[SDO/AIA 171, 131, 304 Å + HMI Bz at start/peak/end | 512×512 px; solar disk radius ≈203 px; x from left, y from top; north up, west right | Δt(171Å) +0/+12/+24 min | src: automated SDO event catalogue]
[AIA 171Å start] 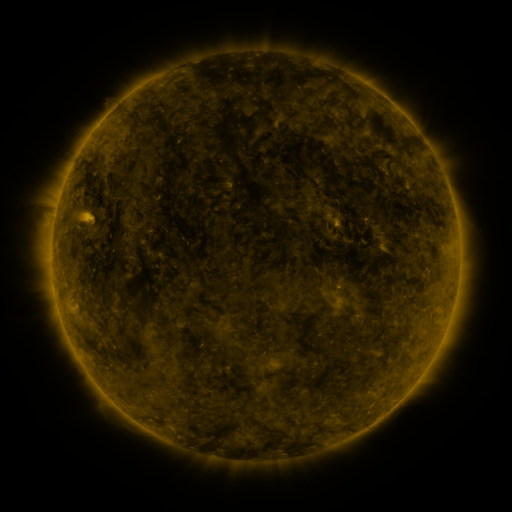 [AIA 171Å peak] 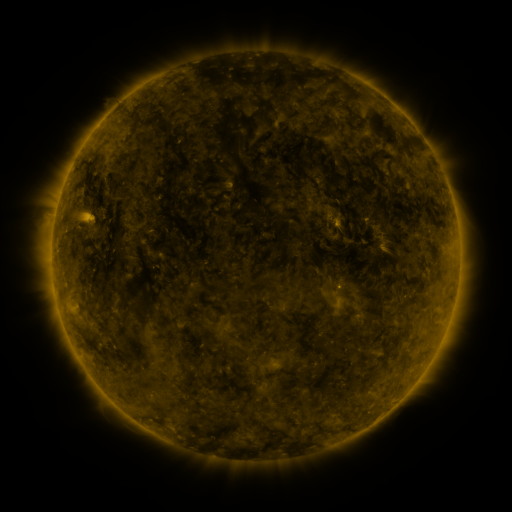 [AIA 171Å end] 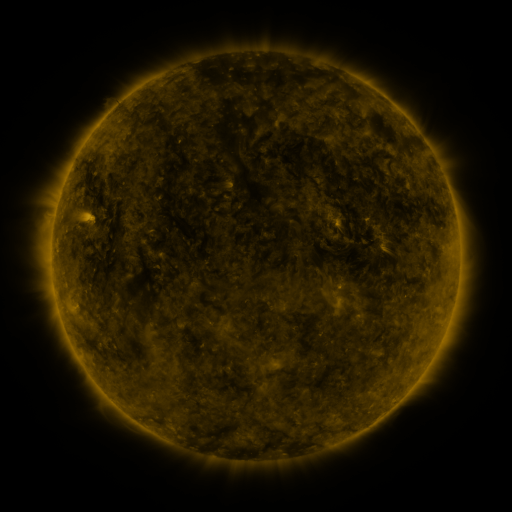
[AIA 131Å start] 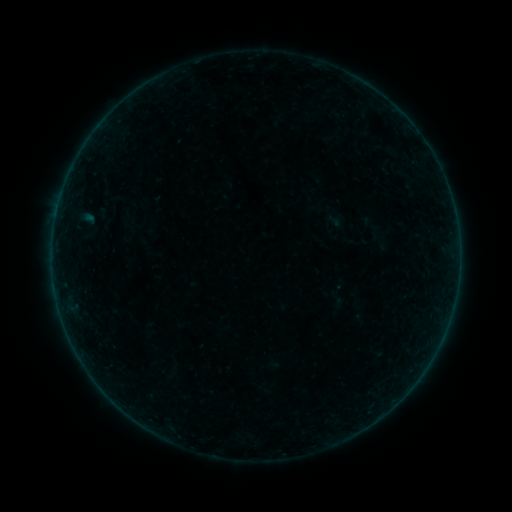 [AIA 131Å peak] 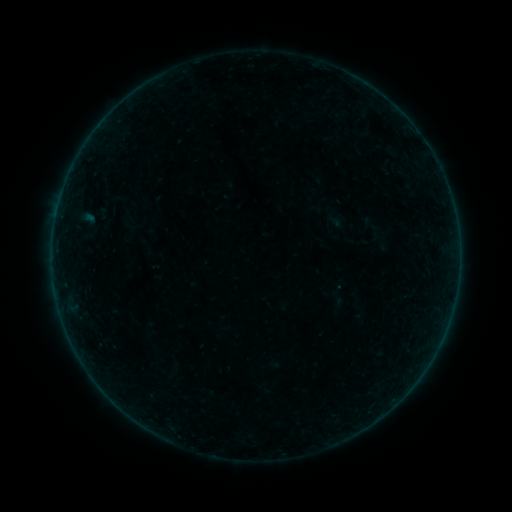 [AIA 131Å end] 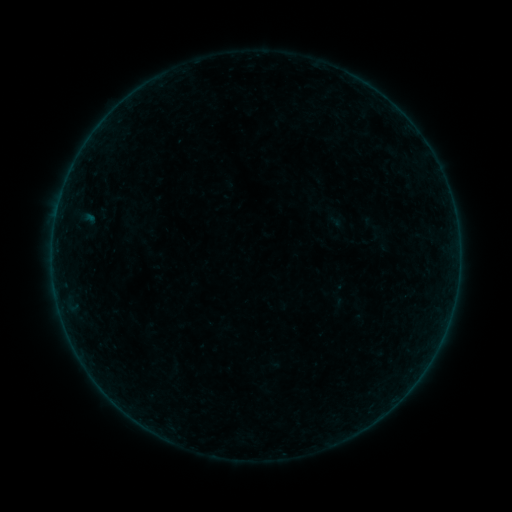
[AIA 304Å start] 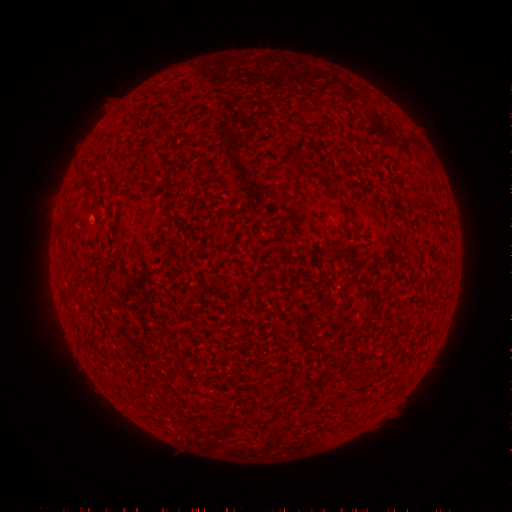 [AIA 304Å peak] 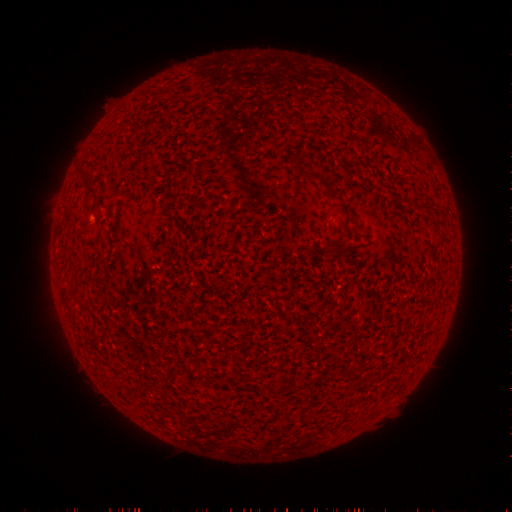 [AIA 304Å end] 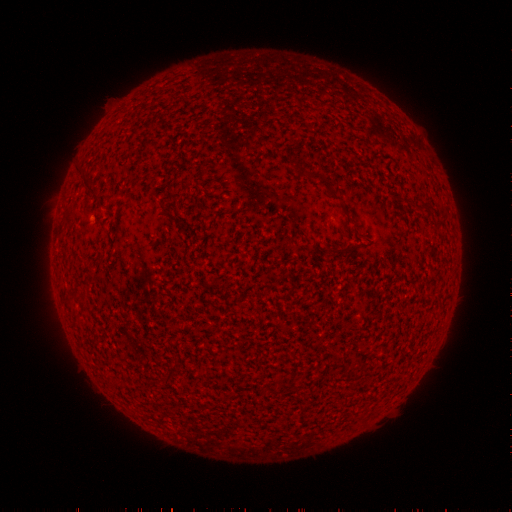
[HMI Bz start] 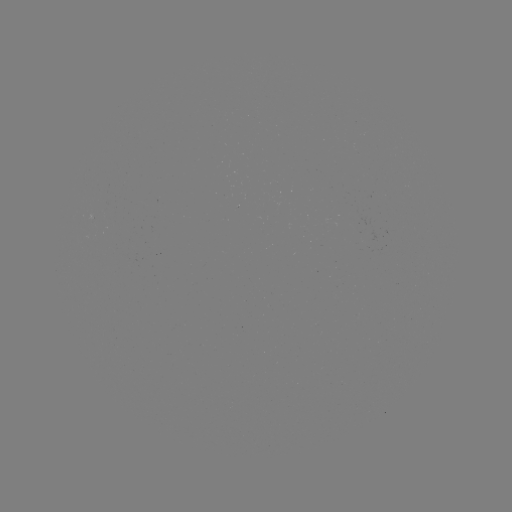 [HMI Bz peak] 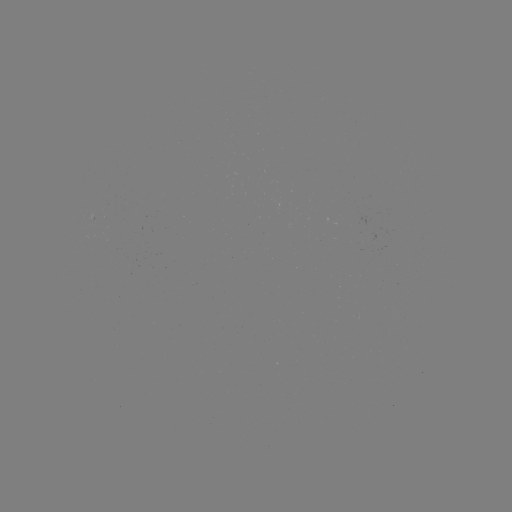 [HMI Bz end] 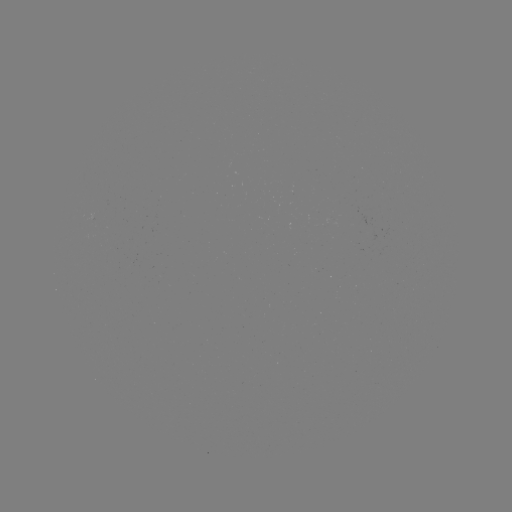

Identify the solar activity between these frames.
no flare in any classed list; no EUV-trigger detection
